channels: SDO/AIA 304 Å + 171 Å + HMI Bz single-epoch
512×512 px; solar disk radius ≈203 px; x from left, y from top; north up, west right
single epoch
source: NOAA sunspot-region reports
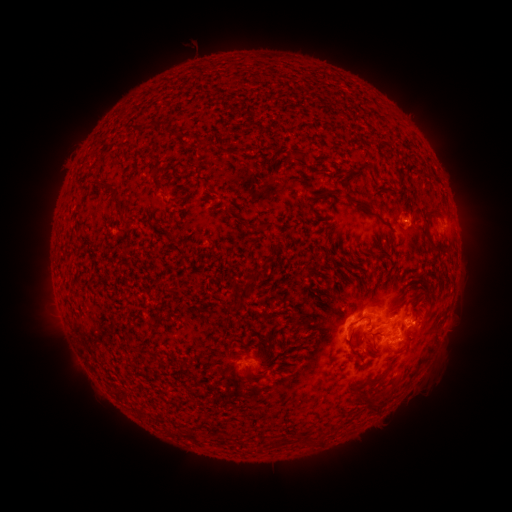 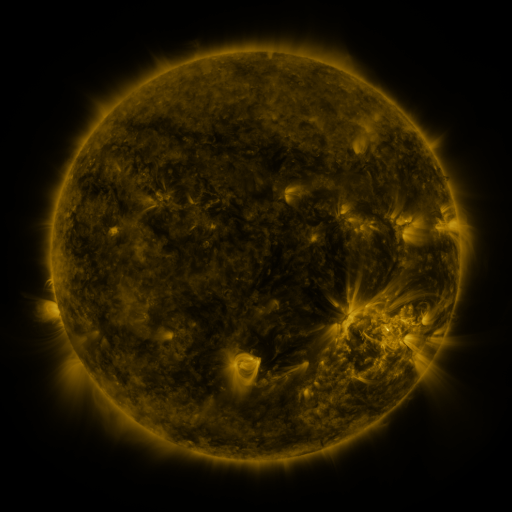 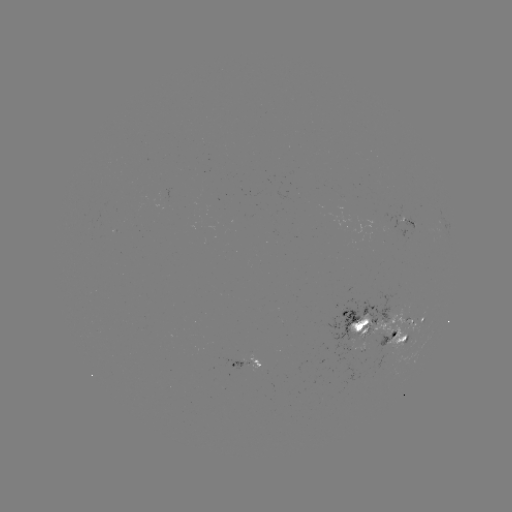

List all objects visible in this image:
spotted active region: (405, 220)
spotted active region: (418, 320)
spotted active region: (367, 327)
spotted active region: (395, 338)
spotted active region: (243, 365)
